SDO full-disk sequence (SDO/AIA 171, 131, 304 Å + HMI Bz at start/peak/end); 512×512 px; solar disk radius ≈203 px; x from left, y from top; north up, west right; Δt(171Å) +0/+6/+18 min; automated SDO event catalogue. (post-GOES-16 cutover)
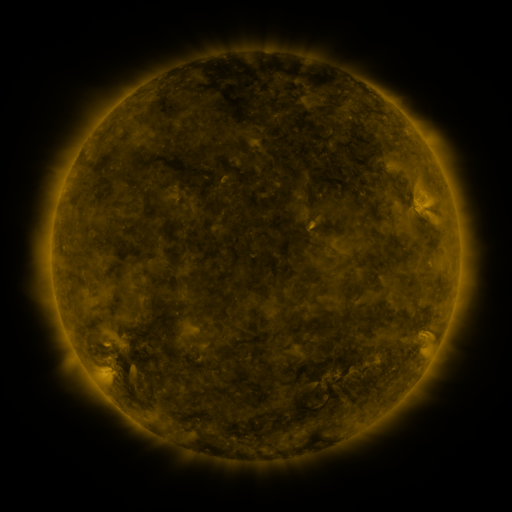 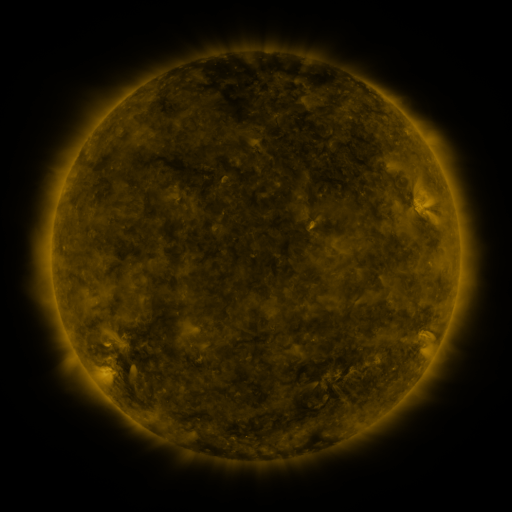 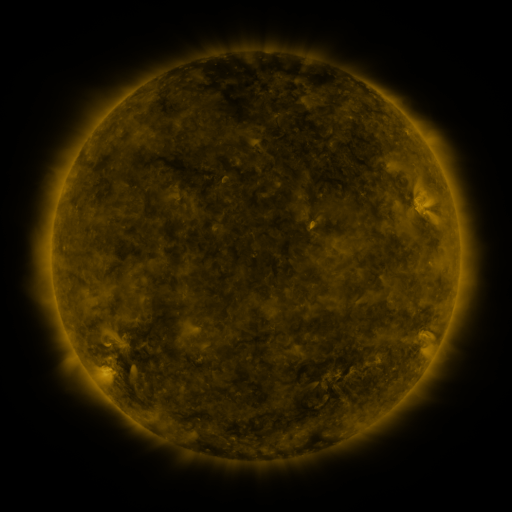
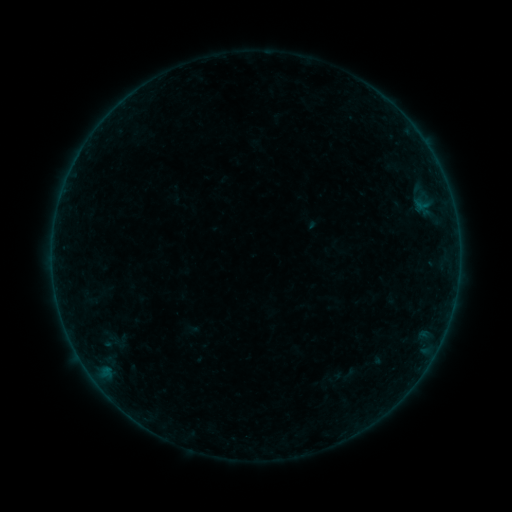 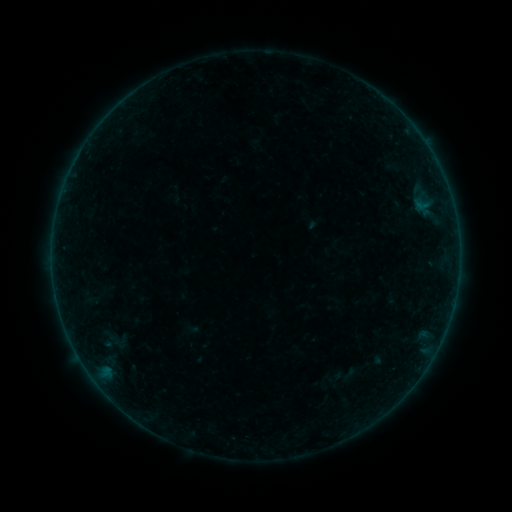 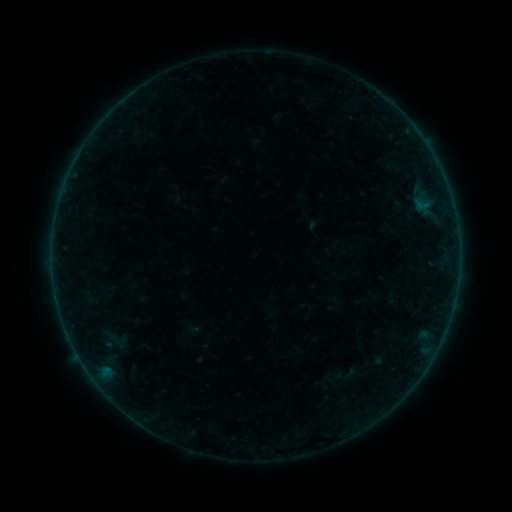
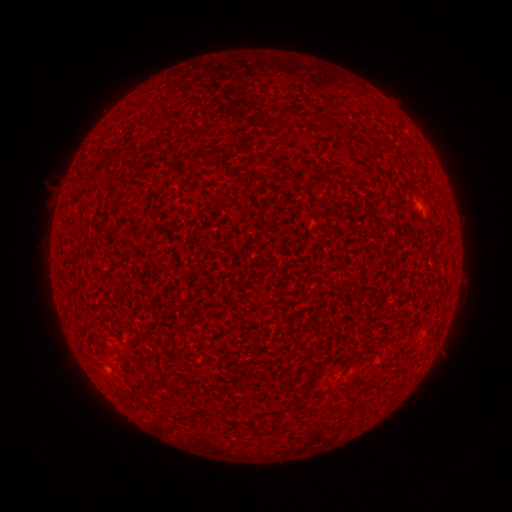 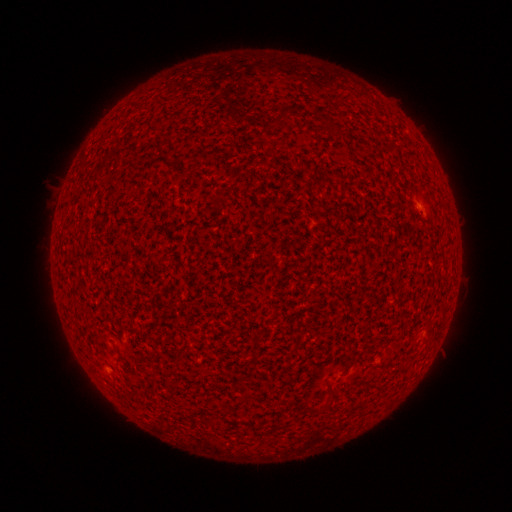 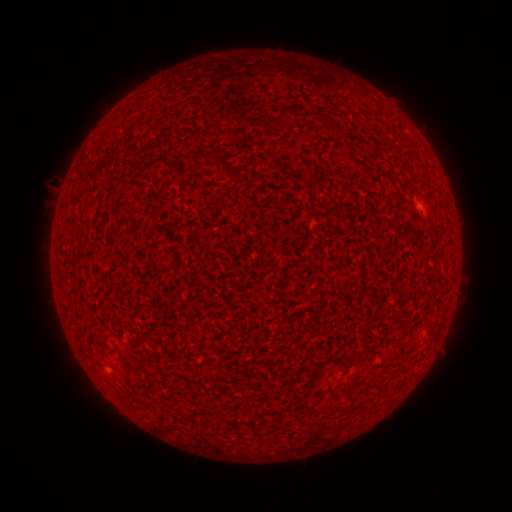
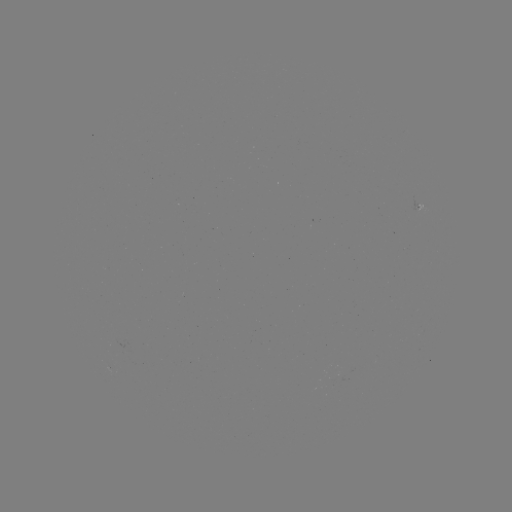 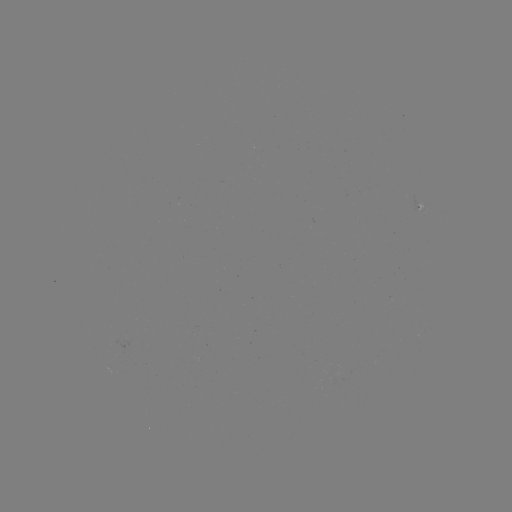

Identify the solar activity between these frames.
A2.2 flare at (108, 371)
